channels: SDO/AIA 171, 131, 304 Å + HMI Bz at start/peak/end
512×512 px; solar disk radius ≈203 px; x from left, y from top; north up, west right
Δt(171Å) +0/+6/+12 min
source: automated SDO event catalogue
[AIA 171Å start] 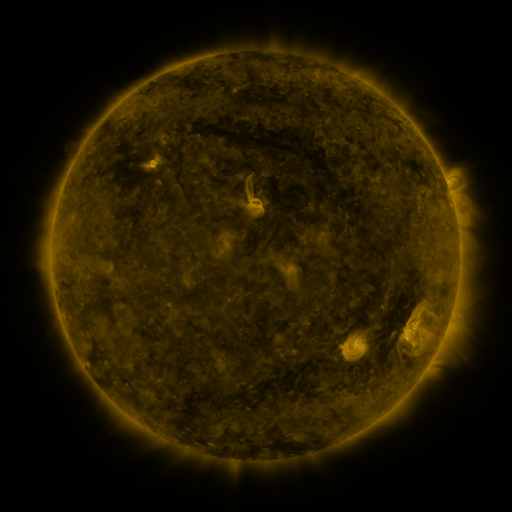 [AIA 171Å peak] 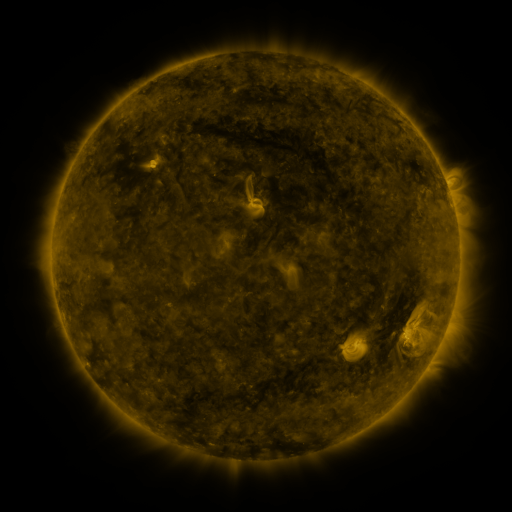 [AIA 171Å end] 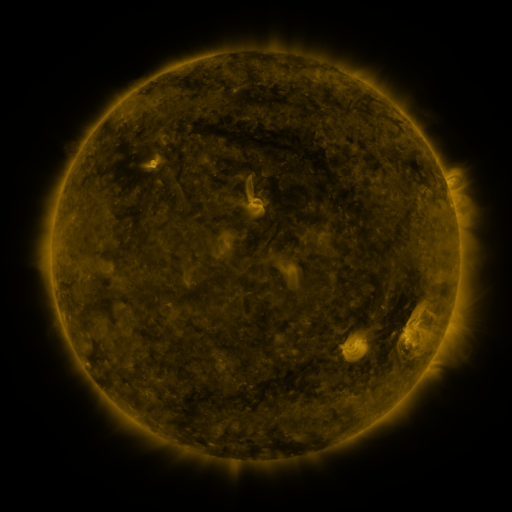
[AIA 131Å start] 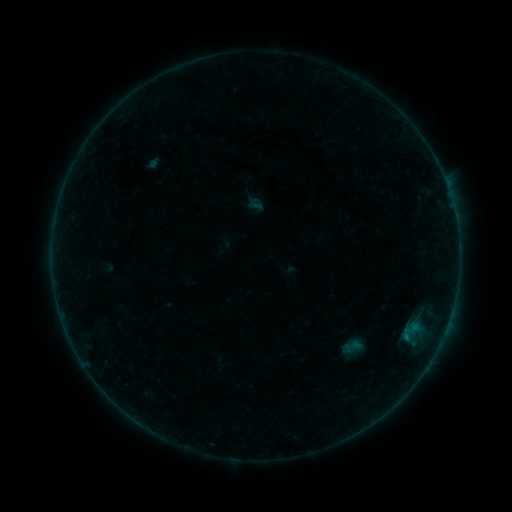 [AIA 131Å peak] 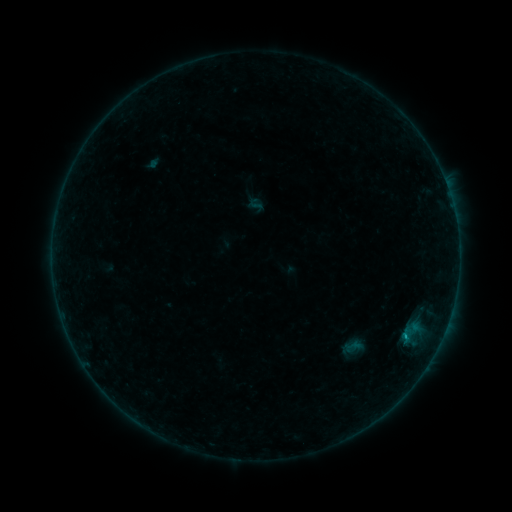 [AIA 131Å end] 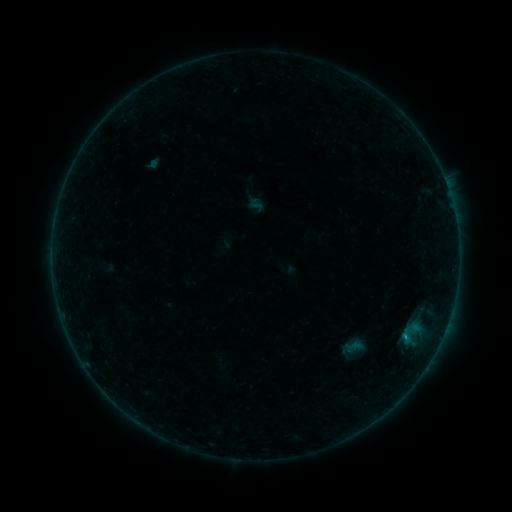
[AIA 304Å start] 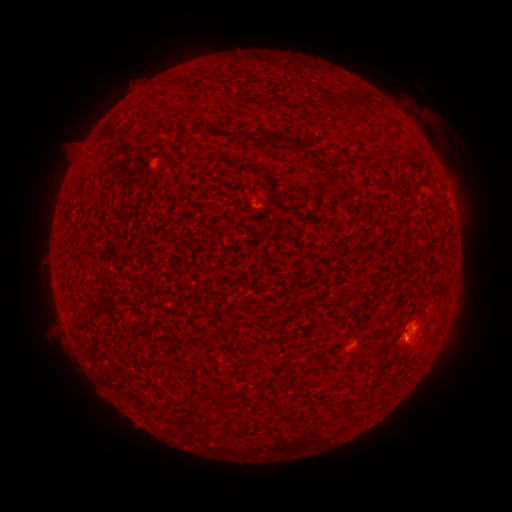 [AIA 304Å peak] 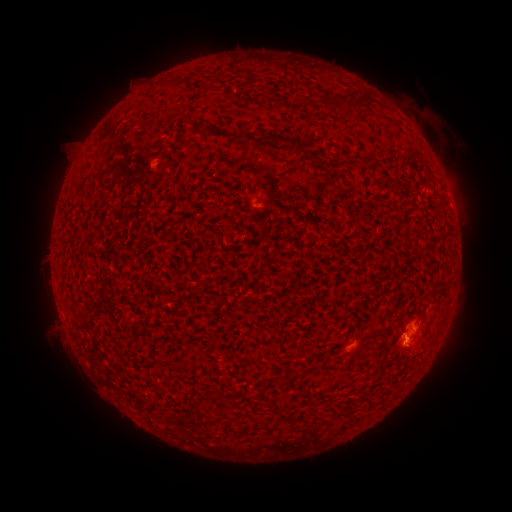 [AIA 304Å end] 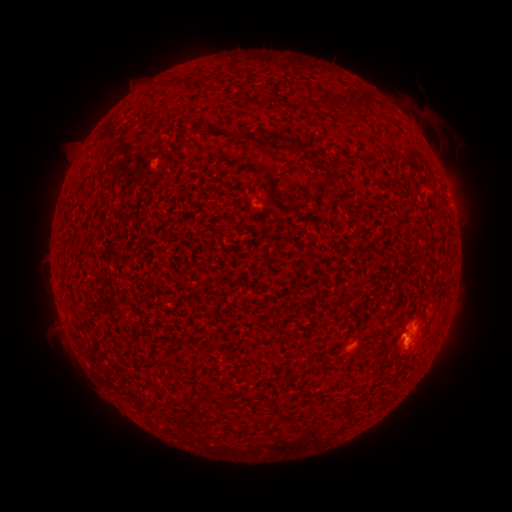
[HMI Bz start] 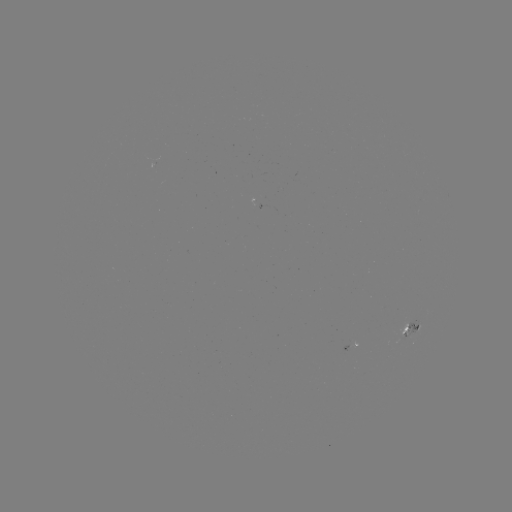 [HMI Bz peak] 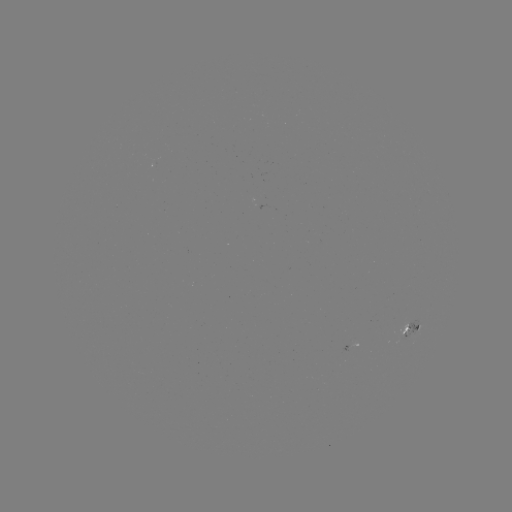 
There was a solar flare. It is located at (402, 333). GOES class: B2.1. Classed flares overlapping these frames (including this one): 1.